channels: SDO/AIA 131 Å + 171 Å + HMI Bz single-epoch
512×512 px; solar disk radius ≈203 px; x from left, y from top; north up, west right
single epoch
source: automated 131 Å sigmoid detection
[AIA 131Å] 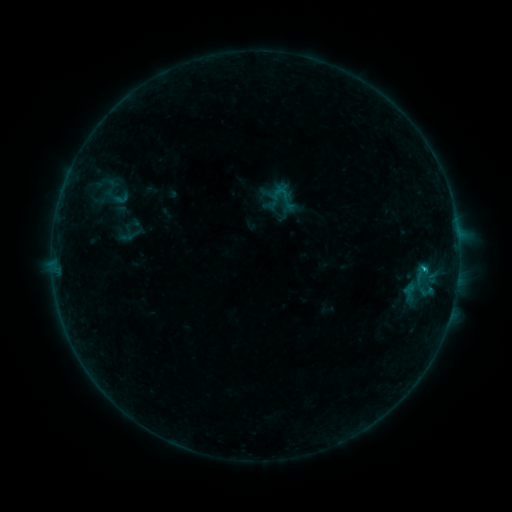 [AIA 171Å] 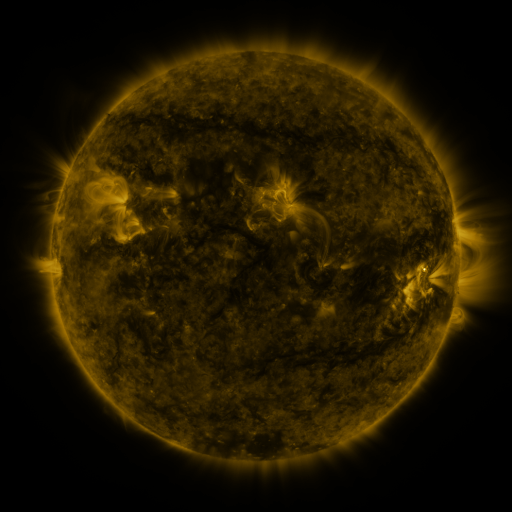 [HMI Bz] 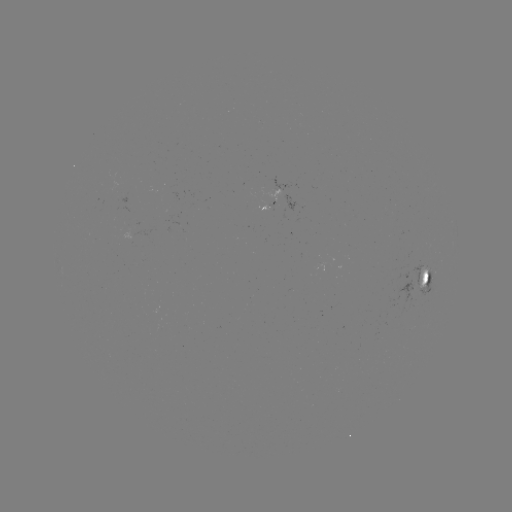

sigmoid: (103, 182, 131, 210)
